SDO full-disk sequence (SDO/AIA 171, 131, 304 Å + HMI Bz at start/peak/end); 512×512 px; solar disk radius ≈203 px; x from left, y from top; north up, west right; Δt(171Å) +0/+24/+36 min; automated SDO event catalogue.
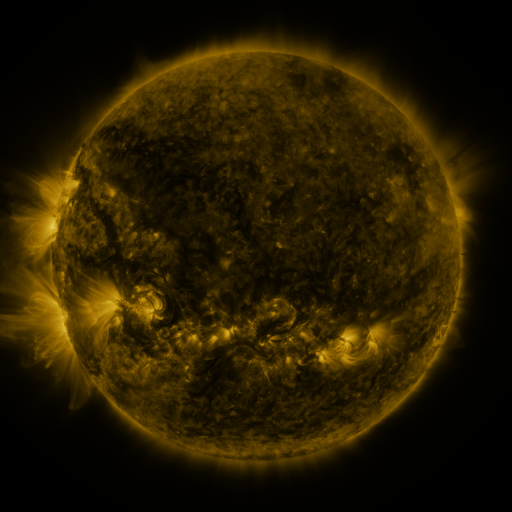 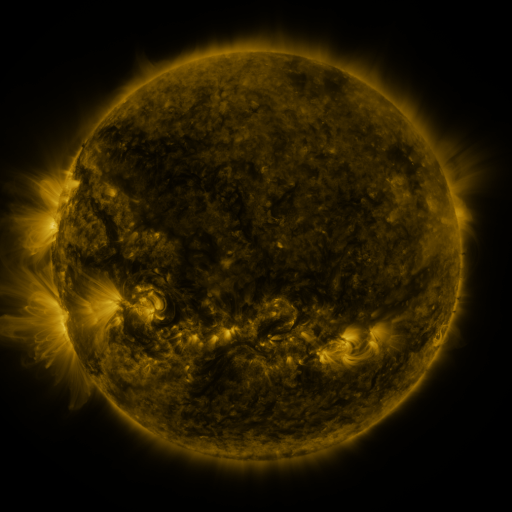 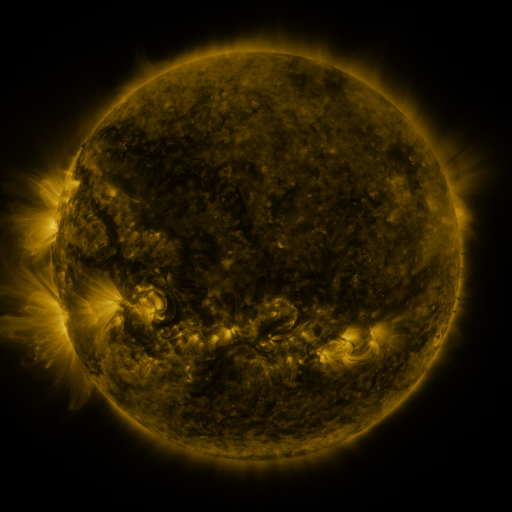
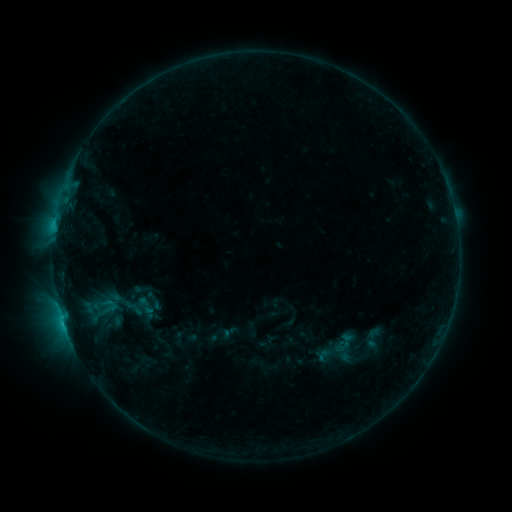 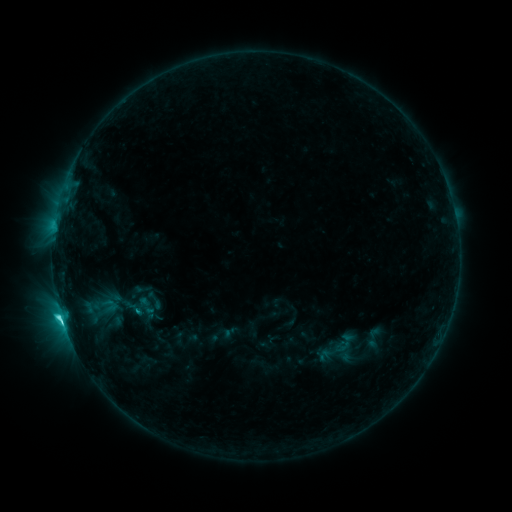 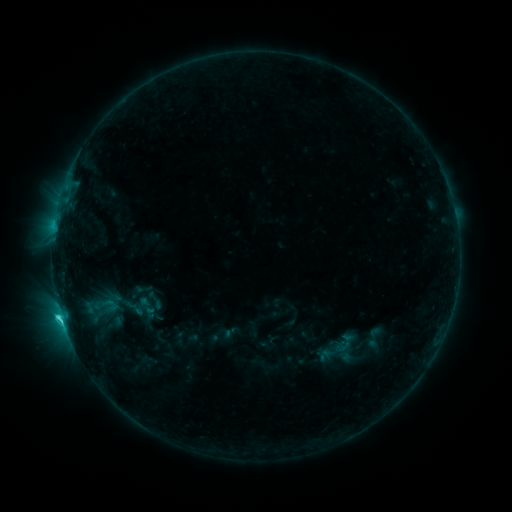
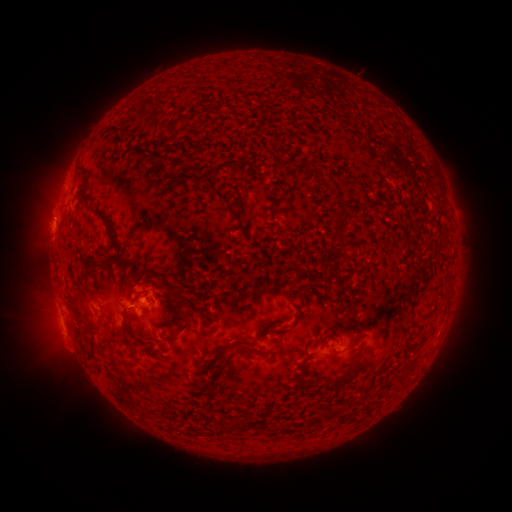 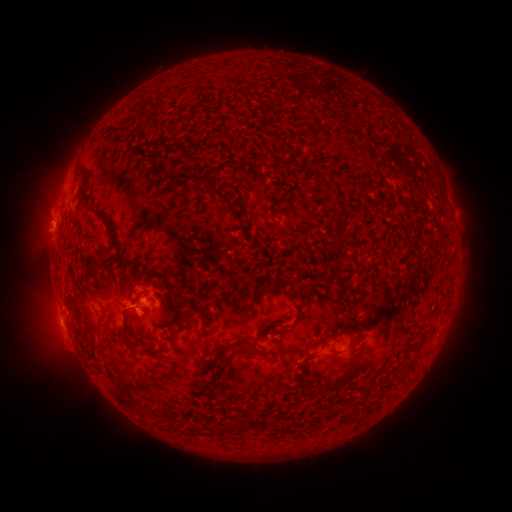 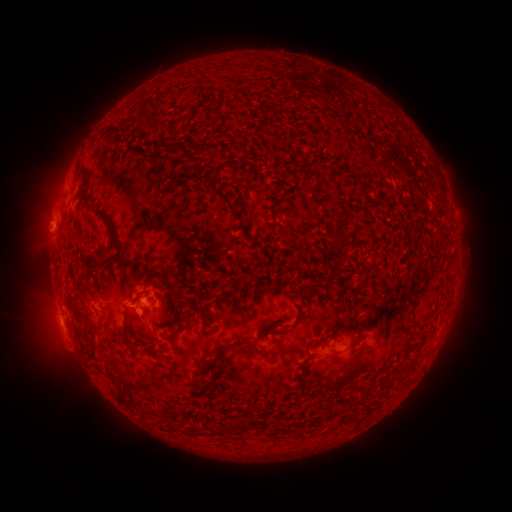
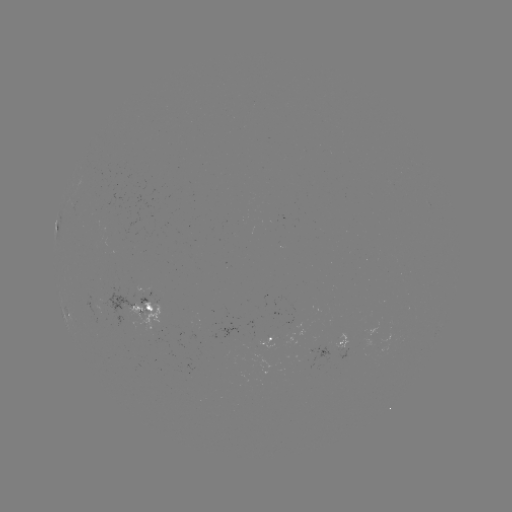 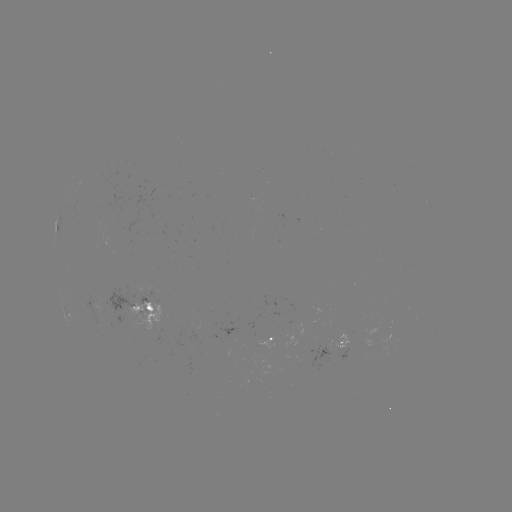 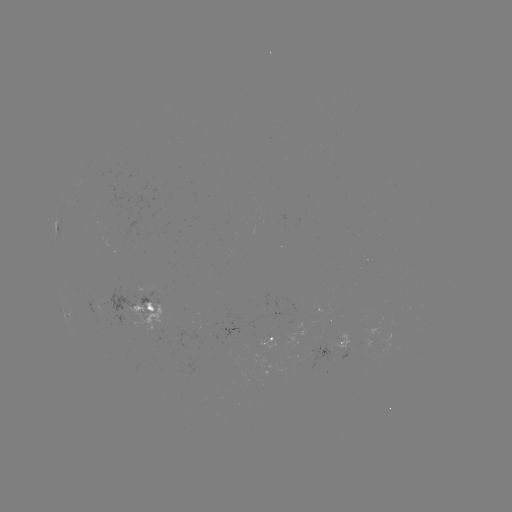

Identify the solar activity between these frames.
C3.4 flare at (65, 310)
